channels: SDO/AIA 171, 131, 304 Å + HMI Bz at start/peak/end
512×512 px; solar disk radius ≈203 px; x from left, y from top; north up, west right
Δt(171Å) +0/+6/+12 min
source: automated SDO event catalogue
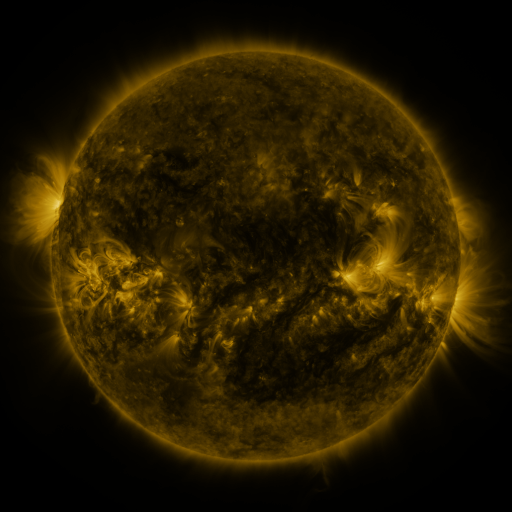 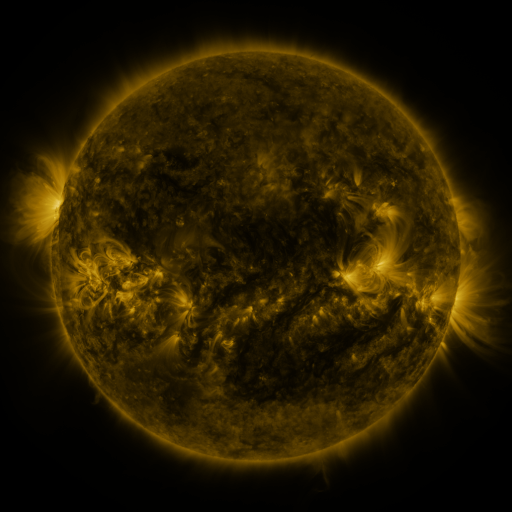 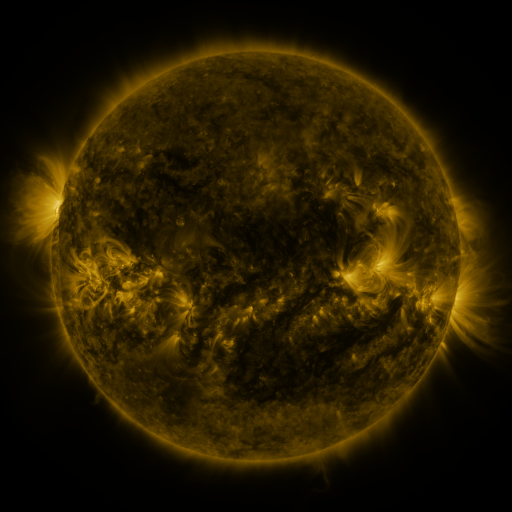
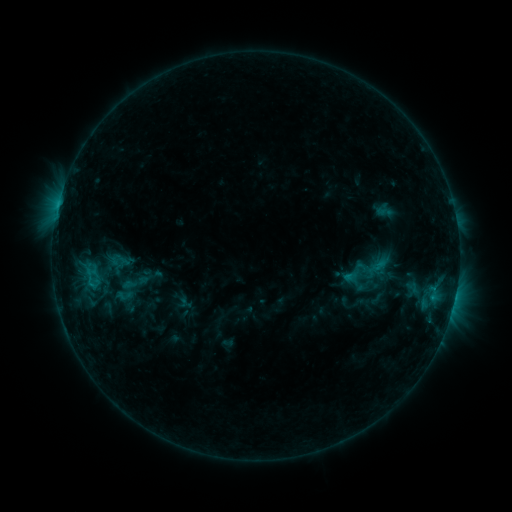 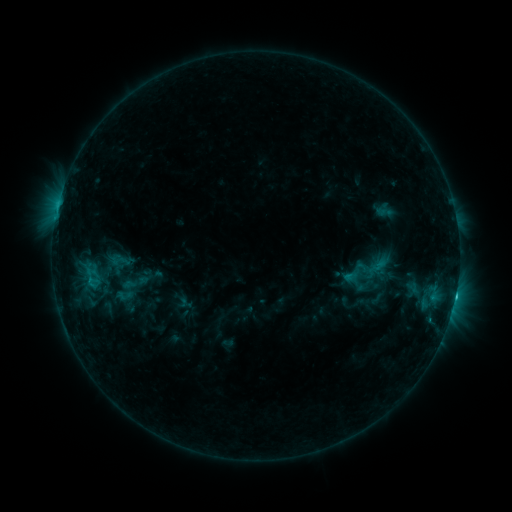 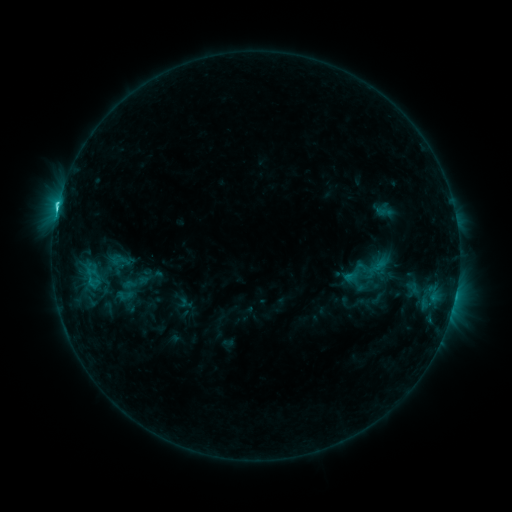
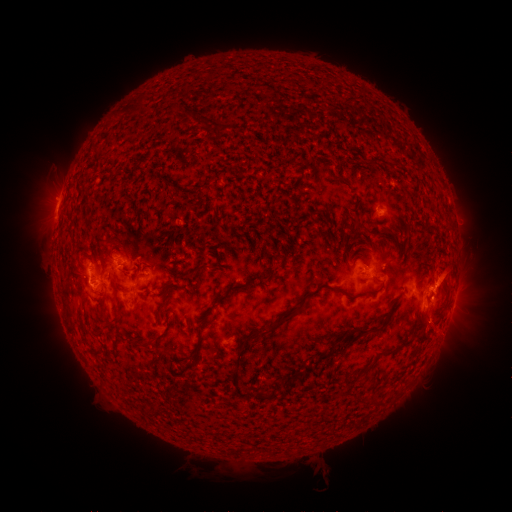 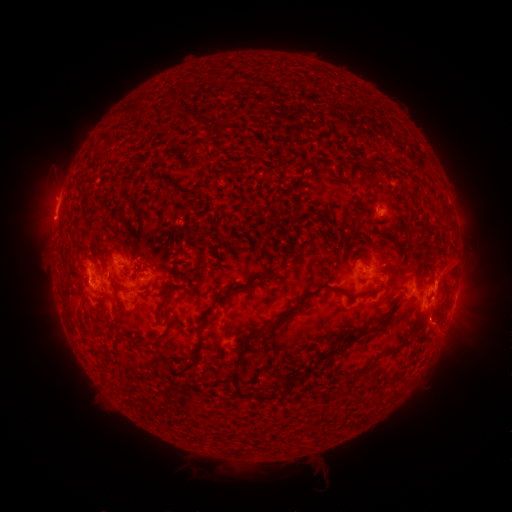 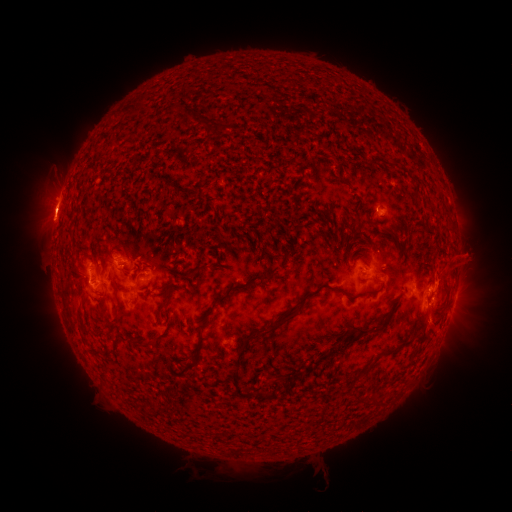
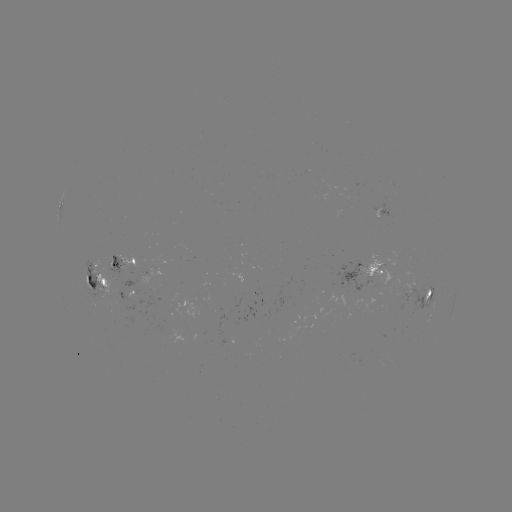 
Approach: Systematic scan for eruption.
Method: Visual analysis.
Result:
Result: eruption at (48, 213).